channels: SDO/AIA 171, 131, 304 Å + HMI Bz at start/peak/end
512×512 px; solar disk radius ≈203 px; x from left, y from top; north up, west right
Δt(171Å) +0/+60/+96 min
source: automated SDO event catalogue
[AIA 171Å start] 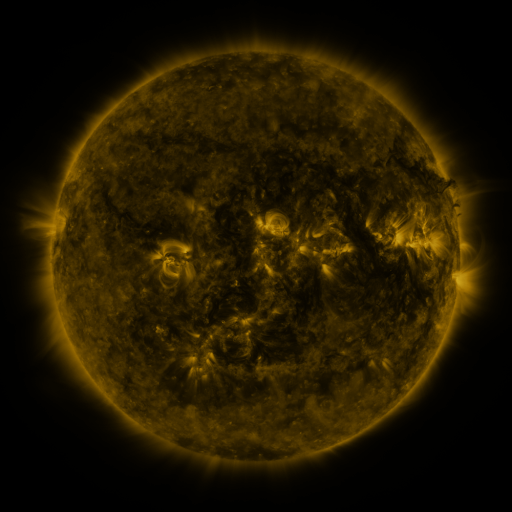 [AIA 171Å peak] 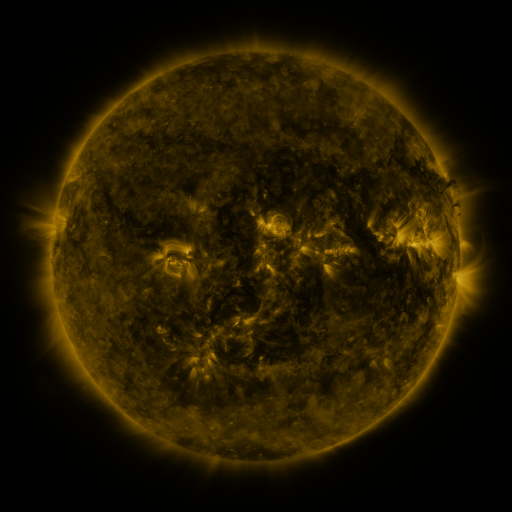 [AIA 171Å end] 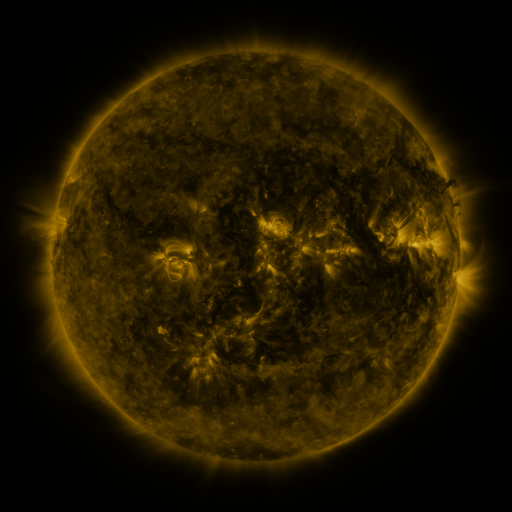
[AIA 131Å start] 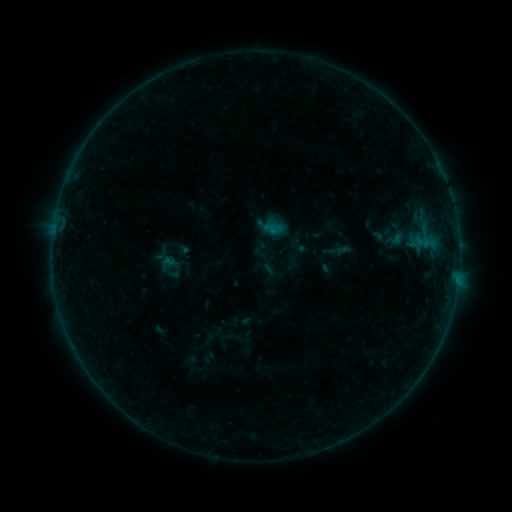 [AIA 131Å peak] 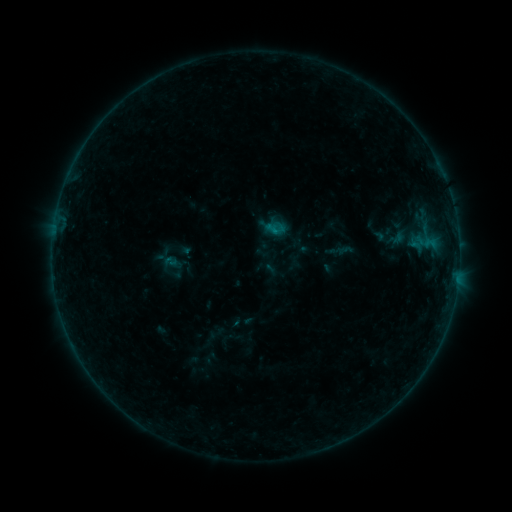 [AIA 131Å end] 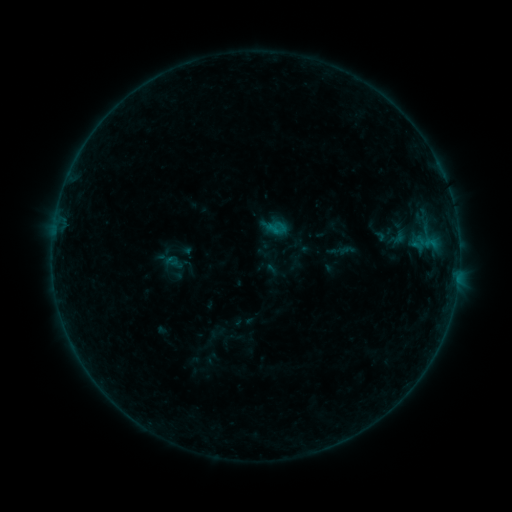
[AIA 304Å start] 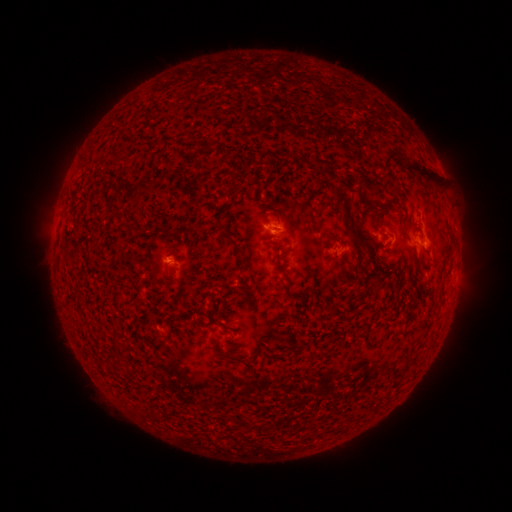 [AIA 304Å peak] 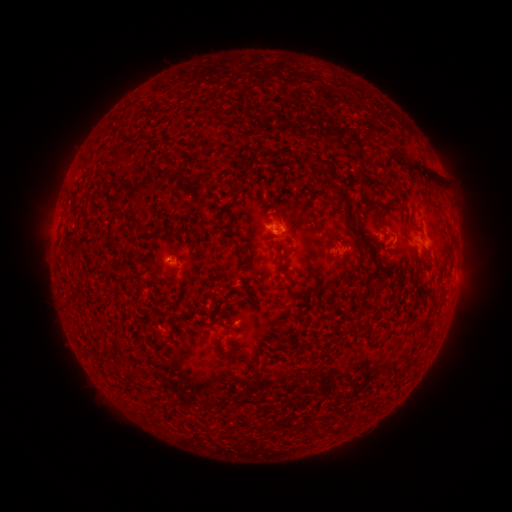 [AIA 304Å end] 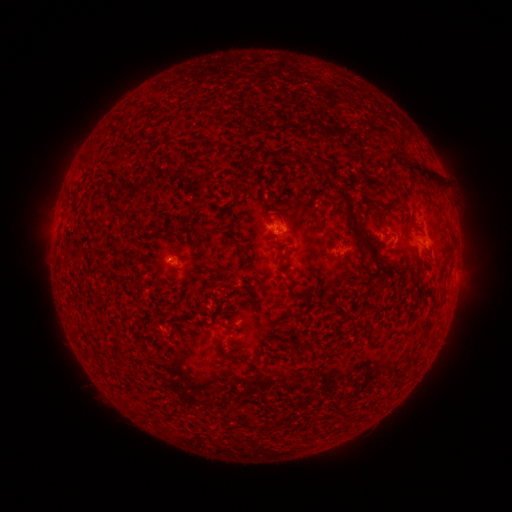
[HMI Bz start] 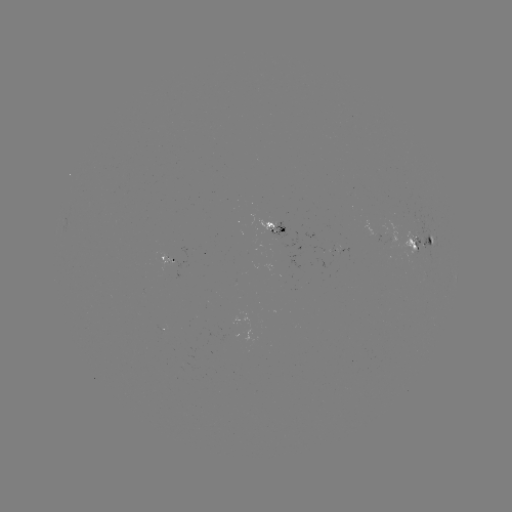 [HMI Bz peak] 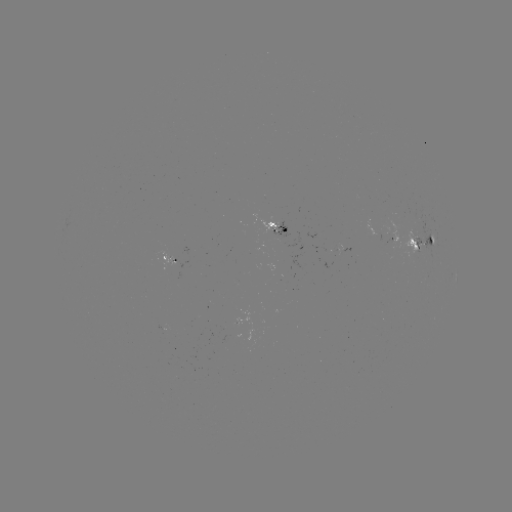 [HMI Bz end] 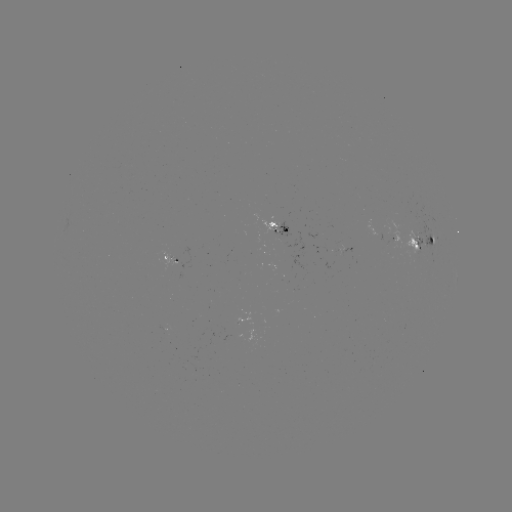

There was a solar emerging-flux region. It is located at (410, 226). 